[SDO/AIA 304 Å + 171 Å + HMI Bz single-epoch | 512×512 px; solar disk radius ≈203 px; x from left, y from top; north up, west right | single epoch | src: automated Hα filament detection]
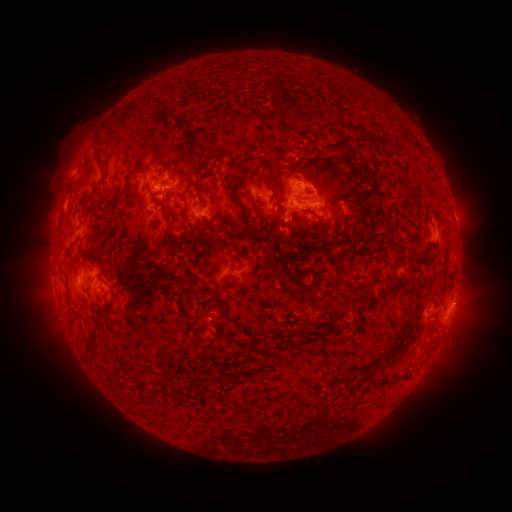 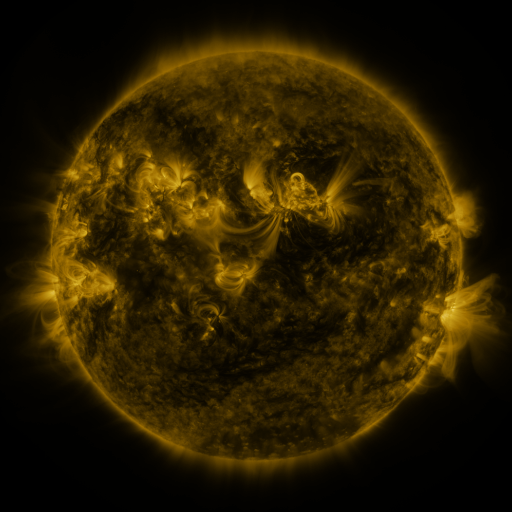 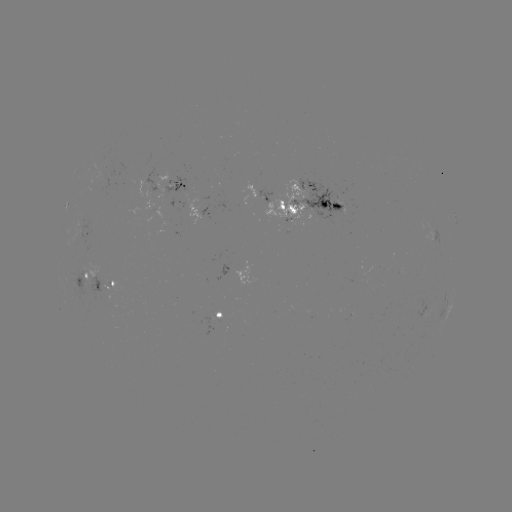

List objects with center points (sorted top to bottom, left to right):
filament: [272, 86, 304, 122]
filament: [325, 86, 335, 98]
filament: [141, 107, 160, 117]
filament: [160, 113, 170, 122]
filament: [175, 119, 184, 129]
filament: [181, 128, 195, 146]
filament: [396, 131, 409, 143]
filament: [91, 138, 100, 149]
filament: [203, 144, 224, 160]
filament: [332, 144, 344, 156]
filament: [221, 155, 257, 240]
filament: [91, 156, 103, 176]
filament: [155, 165, 171, 178]
filament: [346, 174, 360, 184]
filament: [124, 181, 130, 193]
filament: [203, 182, 210, 193]
filament: [266, 182, 274, 202]
filament: [405, 188, 419, 207]
filament: [147, 191, 173, 233]
filament: [179, 191, 188, 223]
filament: [298, 194, 310, 202]
filament: [345, 202, 353, 212]
filament: [252, 203, 263, 214]
filament: [225, 214, 235, 228]
filament: [331, 237, 344, 247]
filament: [442, 237, 450, 253]
filament: [278, 238, 293, 248]
filament: [306, 238, 320, 253]
filament: [237, 249, 246, 260]
filament: [299, 280, 313, 292]
filament: [355, 281, 366, 291]
filament: [215, 284, 224, 294]
filament: [313, 294, 331, 305]
filament: [86, 325, 99, 353]
filament: [196, 331, 222, 352]
filament: [258, 352, 272, 372]
filament: [376, 373, 403, 387]
filament: [283, 391, 303, 401]
